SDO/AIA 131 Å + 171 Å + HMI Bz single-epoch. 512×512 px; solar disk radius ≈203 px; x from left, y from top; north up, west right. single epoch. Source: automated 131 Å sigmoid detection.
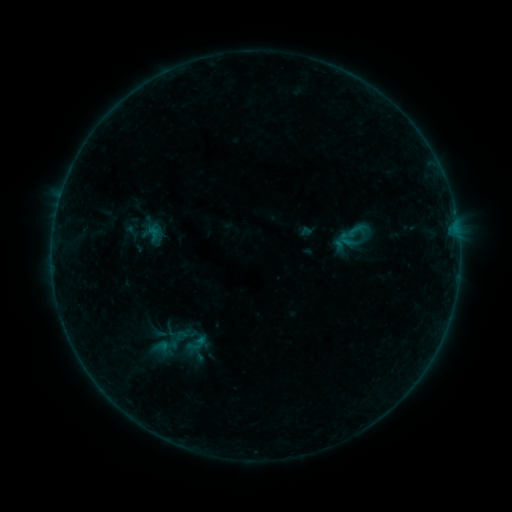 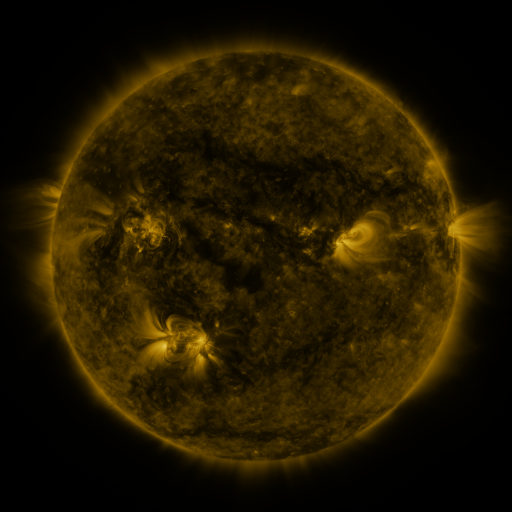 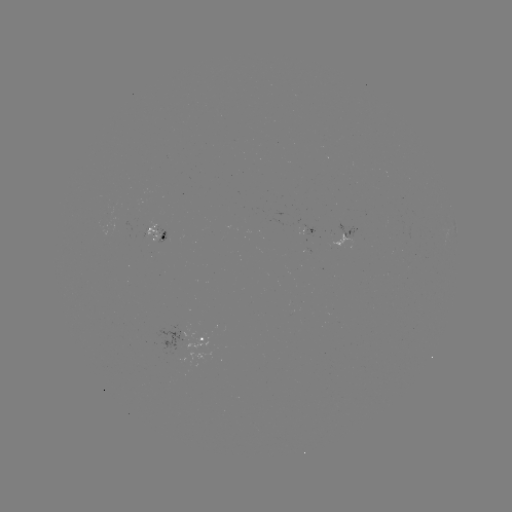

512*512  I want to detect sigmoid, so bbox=[343, 220, 367, 240].